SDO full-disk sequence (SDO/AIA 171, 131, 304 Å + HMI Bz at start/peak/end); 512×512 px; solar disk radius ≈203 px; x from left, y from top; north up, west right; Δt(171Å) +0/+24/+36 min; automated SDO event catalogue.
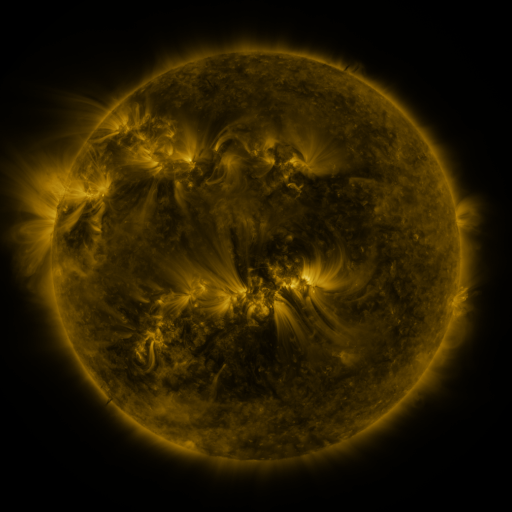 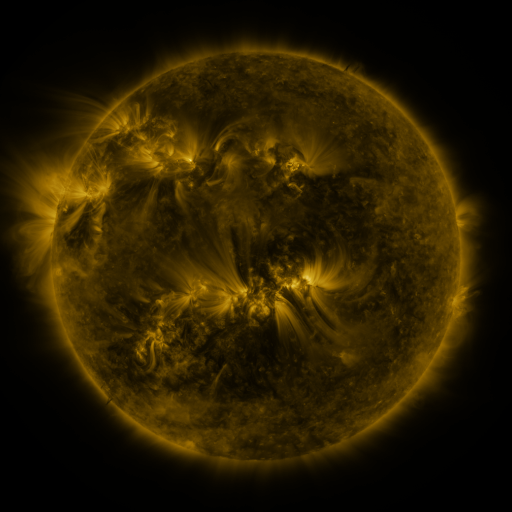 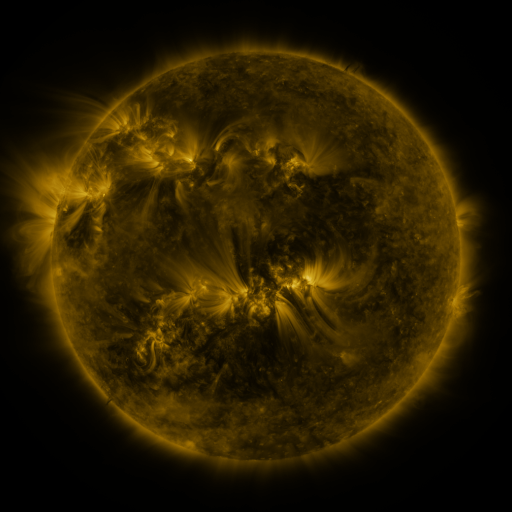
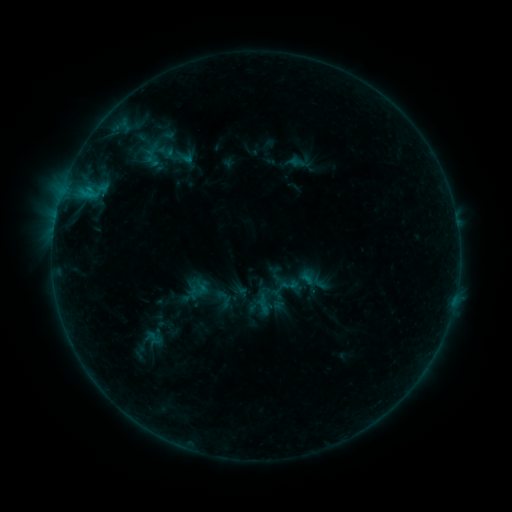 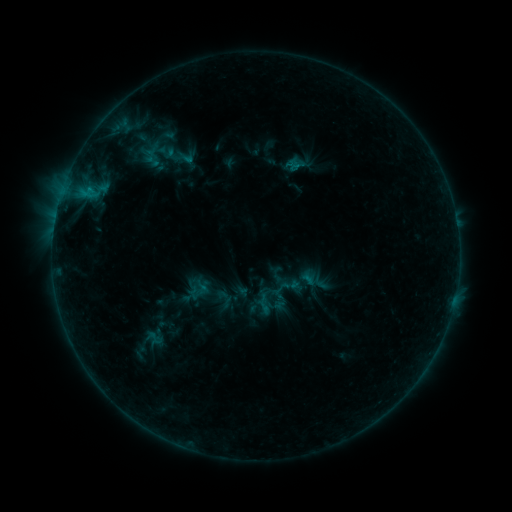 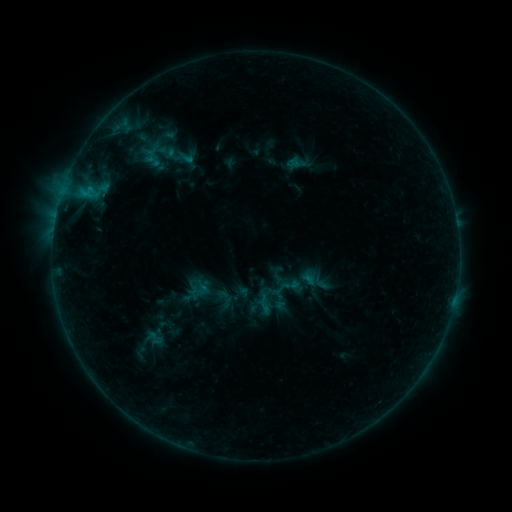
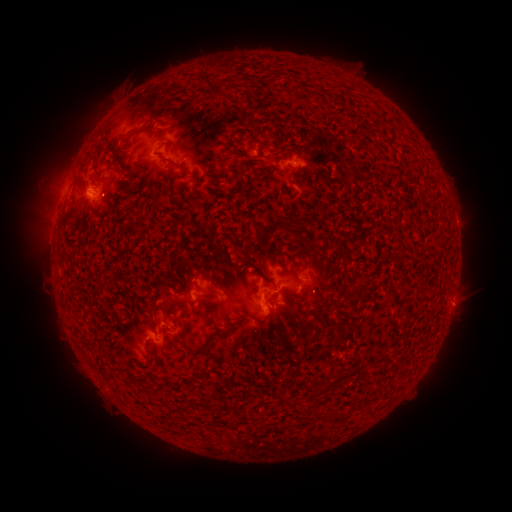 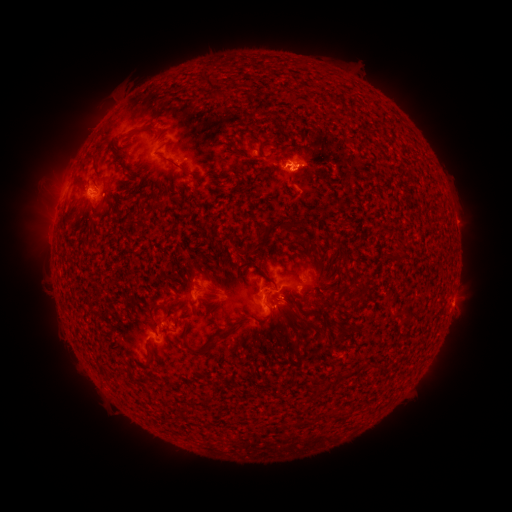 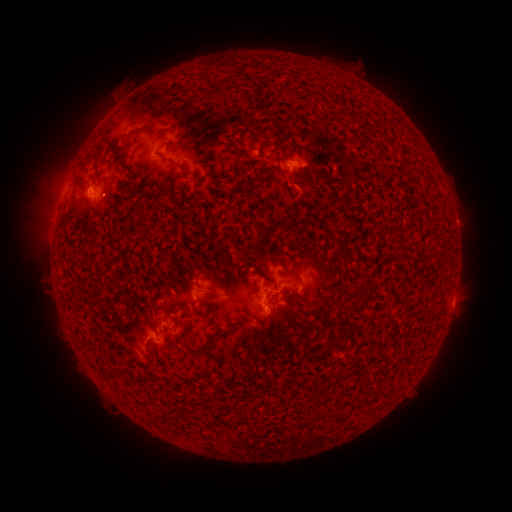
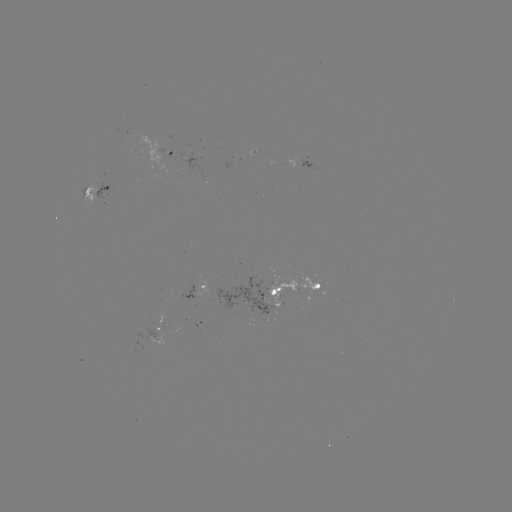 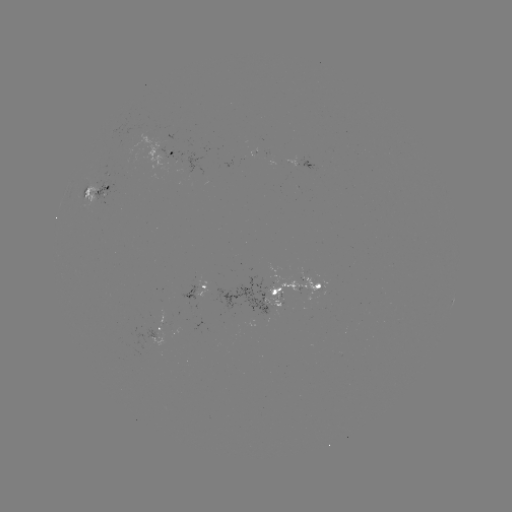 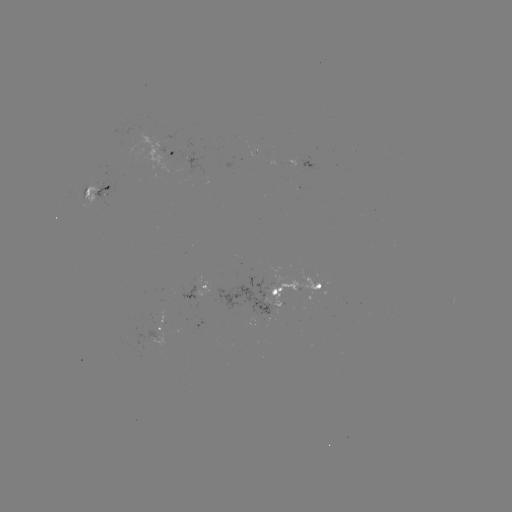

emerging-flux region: [143, 328, 159, 339]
